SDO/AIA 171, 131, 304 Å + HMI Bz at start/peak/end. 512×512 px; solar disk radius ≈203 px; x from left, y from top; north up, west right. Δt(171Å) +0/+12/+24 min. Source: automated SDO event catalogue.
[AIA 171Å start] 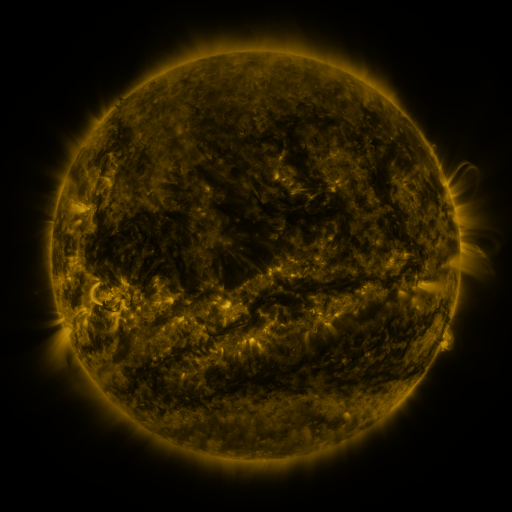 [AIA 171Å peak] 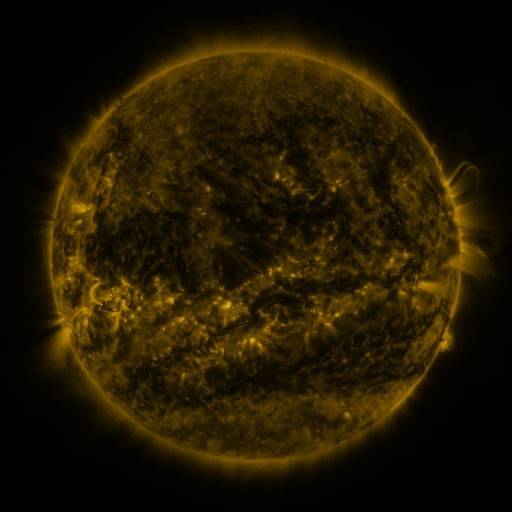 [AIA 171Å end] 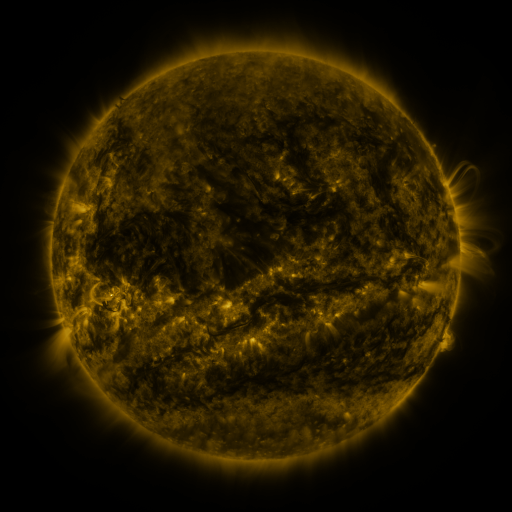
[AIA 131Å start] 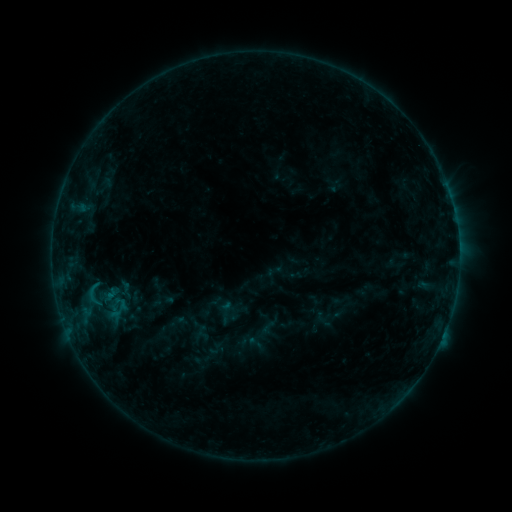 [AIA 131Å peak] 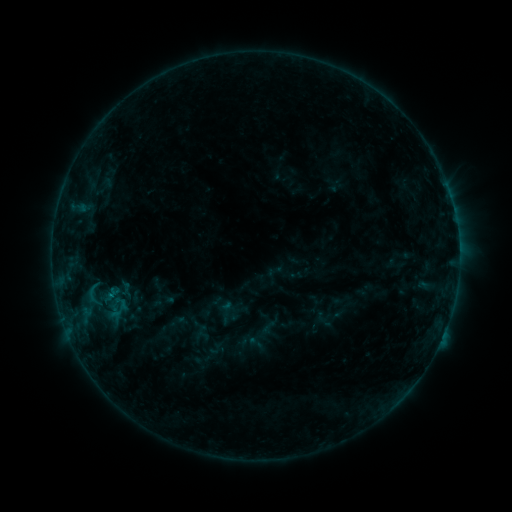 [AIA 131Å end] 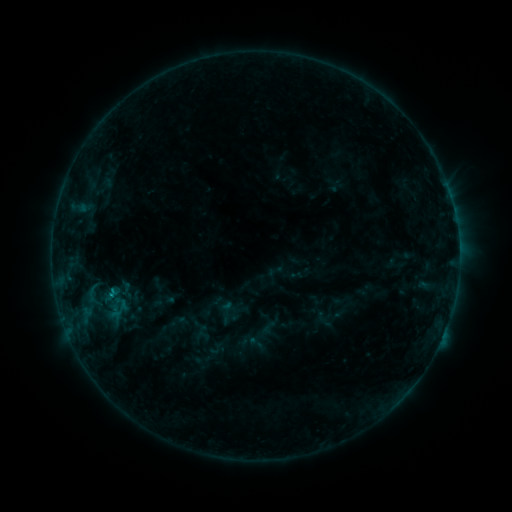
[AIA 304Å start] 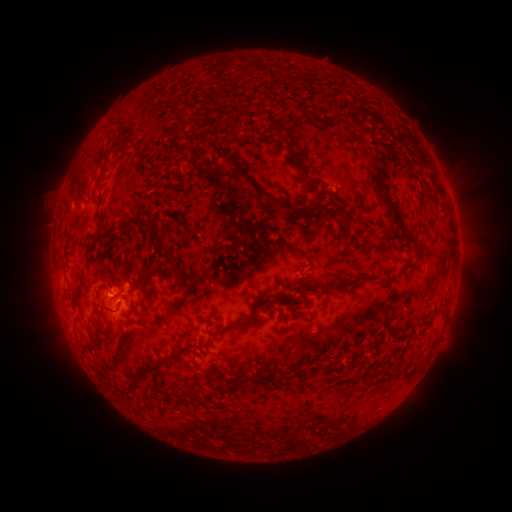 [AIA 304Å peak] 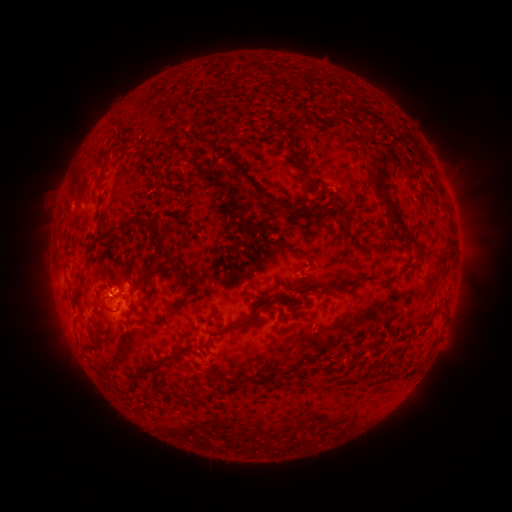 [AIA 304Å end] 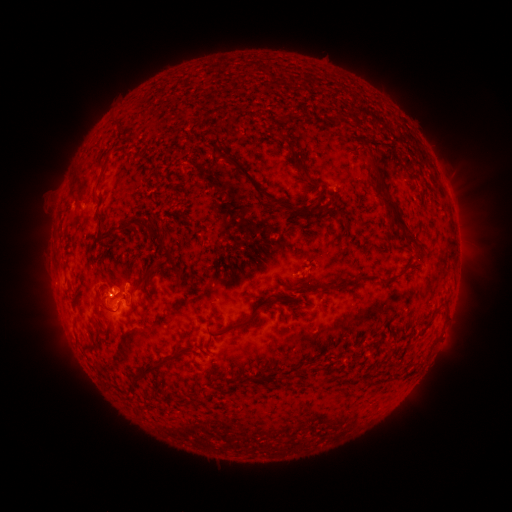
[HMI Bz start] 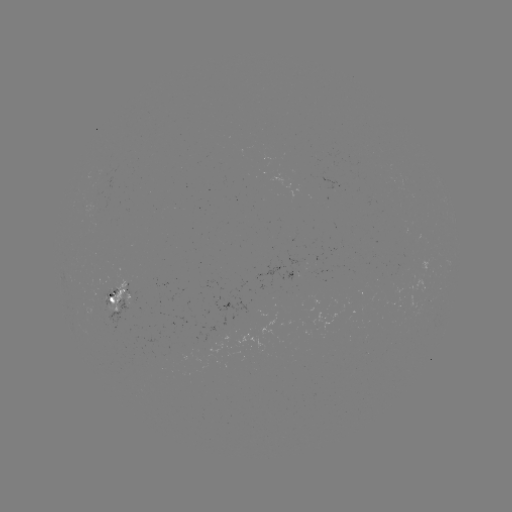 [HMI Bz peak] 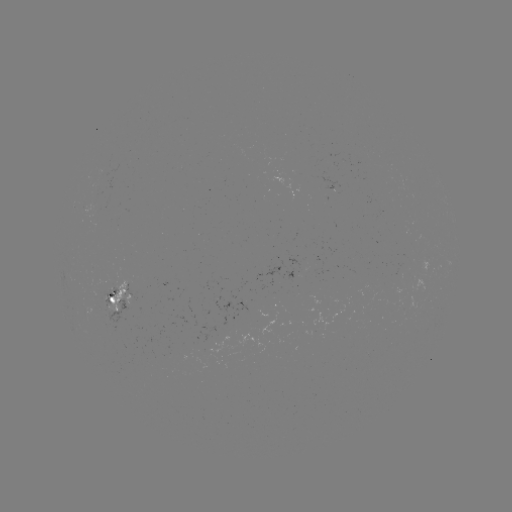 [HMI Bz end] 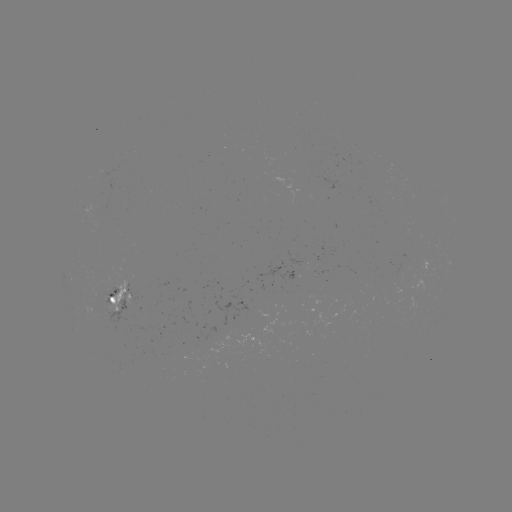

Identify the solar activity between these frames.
nothing was catalogued: no classed flare, no EUV trigger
